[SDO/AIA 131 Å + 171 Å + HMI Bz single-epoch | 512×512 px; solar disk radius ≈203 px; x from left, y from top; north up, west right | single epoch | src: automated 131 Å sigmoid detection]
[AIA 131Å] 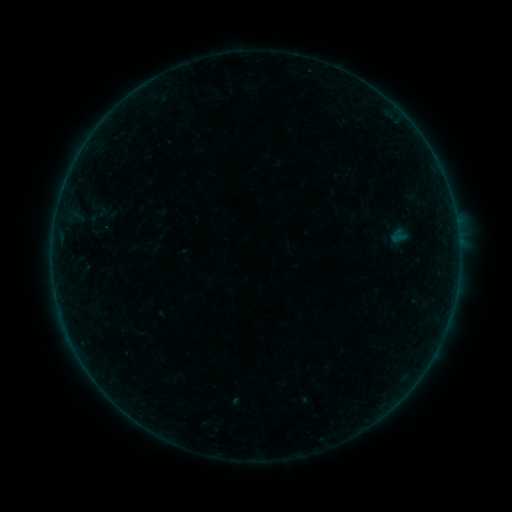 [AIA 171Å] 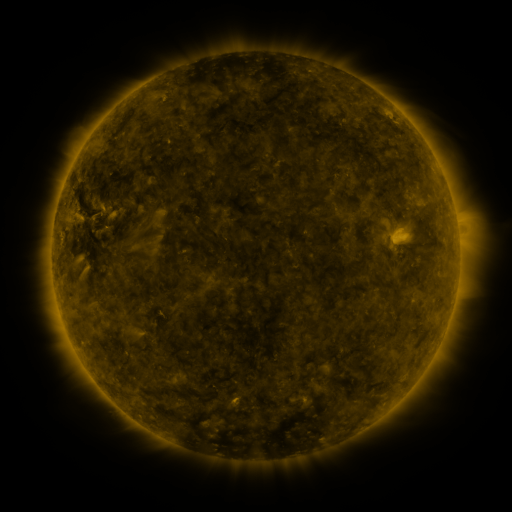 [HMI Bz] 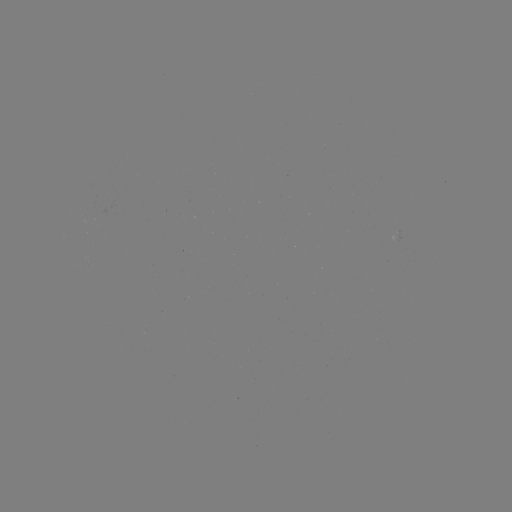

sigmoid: [86, 201, 111, 226]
